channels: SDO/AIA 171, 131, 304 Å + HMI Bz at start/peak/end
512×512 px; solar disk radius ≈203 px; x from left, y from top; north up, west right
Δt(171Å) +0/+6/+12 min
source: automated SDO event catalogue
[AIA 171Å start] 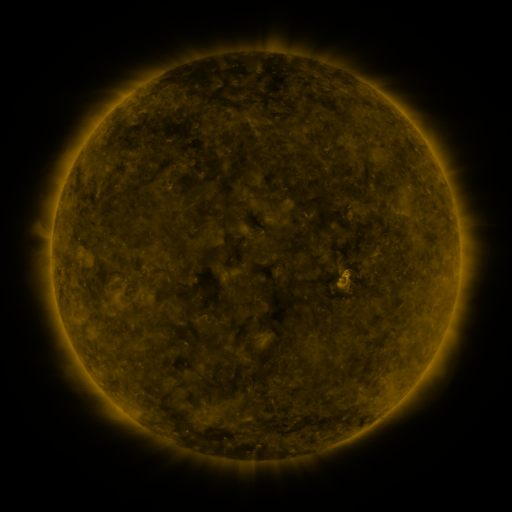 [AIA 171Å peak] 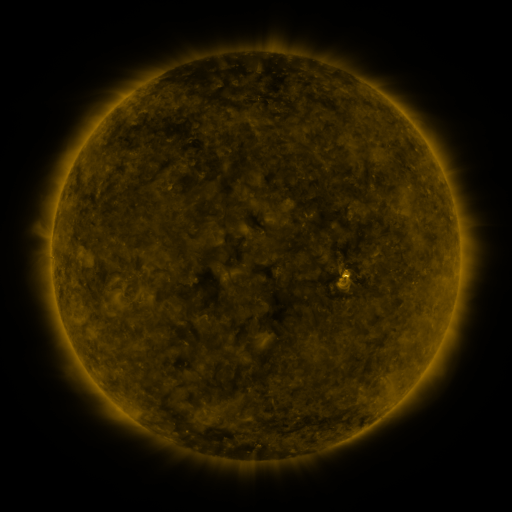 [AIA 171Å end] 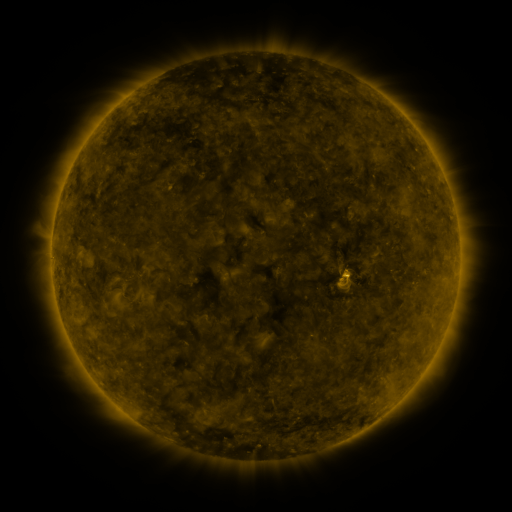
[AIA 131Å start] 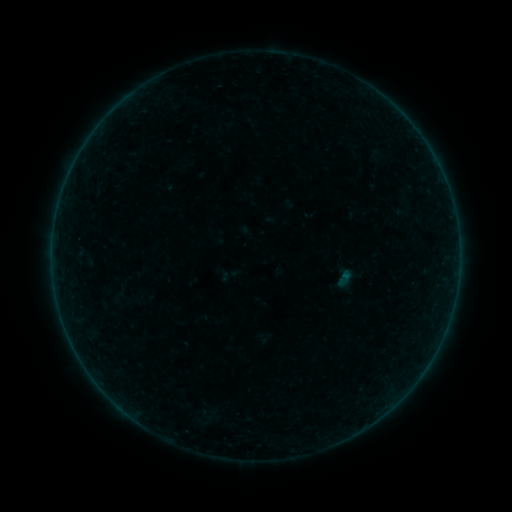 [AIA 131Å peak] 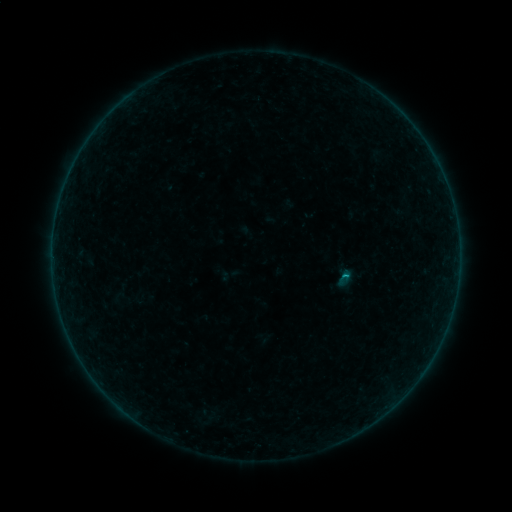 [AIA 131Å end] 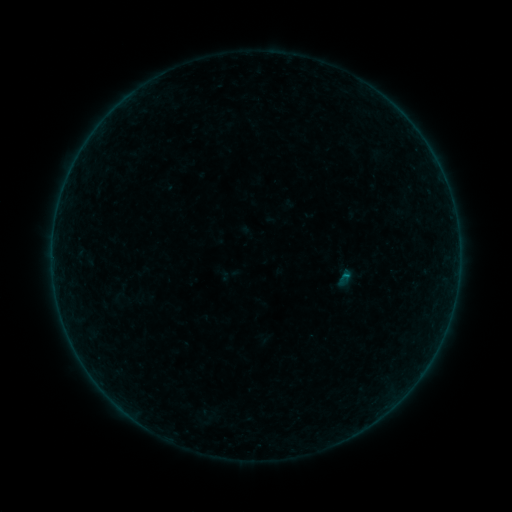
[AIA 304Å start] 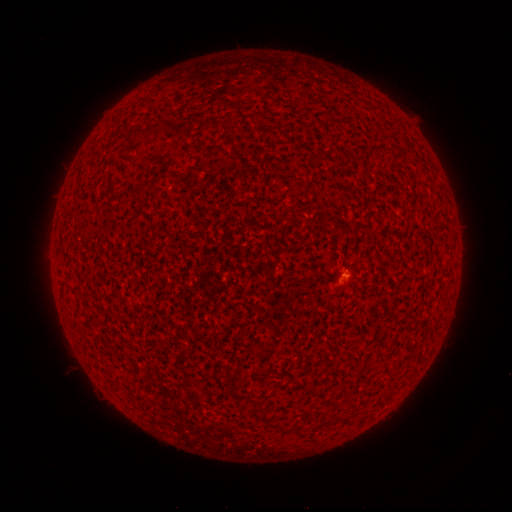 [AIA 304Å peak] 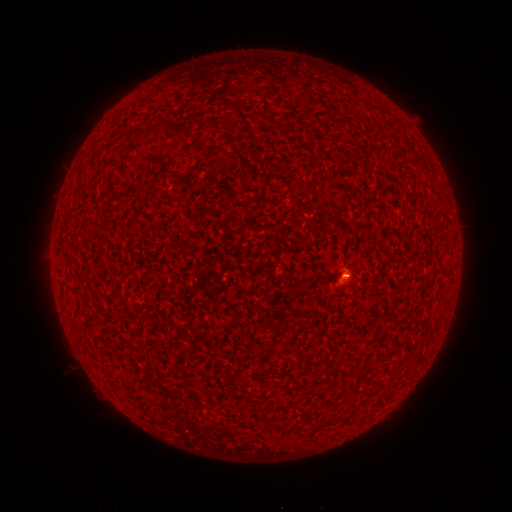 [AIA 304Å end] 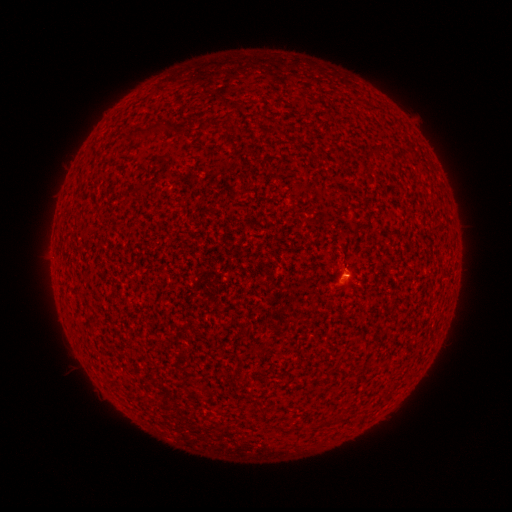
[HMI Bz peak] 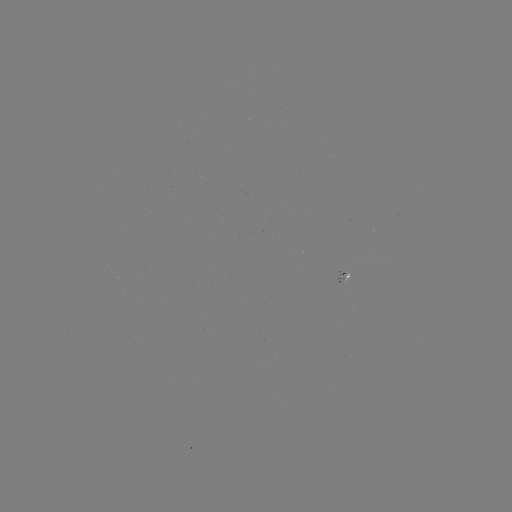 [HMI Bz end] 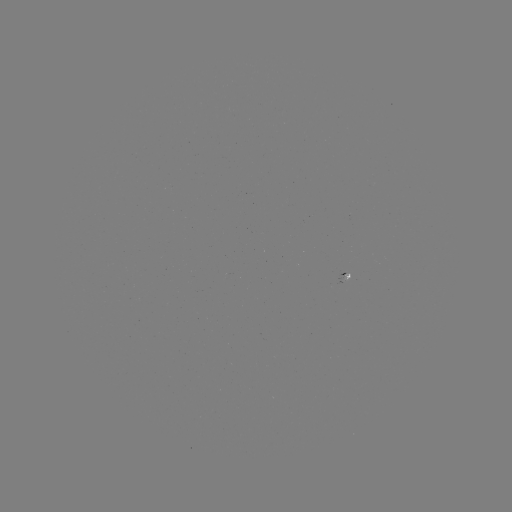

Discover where B1.5 flare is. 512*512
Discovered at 341,275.